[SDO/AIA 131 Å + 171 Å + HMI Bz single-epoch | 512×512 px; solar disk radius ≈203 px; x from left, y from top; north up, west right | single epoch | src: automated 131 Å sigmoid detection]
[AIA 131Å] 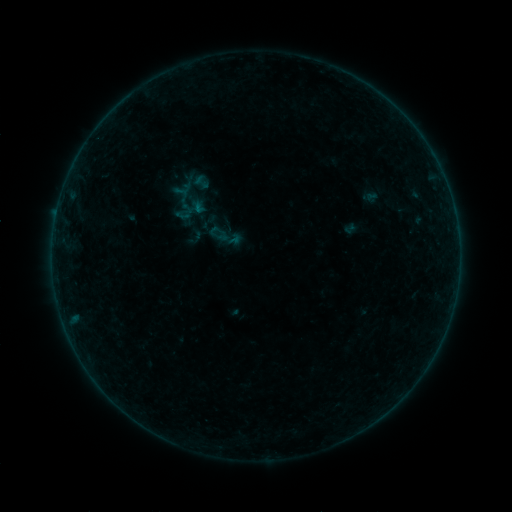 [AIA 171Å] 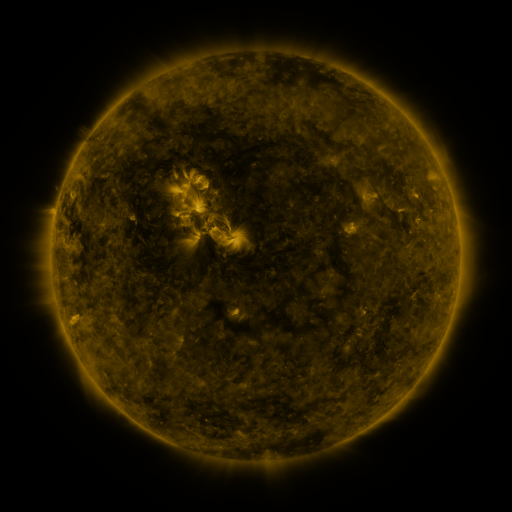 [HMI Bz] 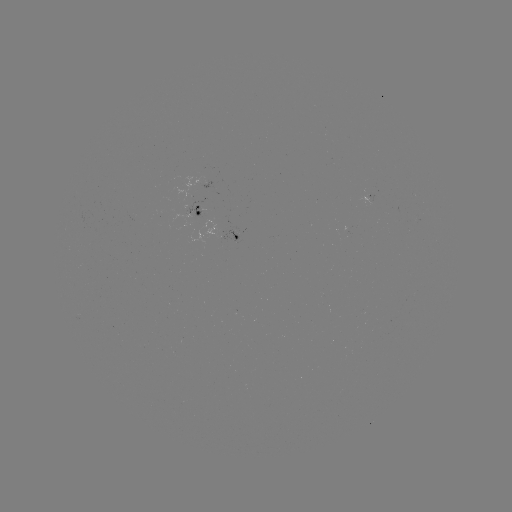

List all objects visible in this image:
sigmoid: (192, 173, 211, 191)
sigmoid: (209, 222, 226, 239)
